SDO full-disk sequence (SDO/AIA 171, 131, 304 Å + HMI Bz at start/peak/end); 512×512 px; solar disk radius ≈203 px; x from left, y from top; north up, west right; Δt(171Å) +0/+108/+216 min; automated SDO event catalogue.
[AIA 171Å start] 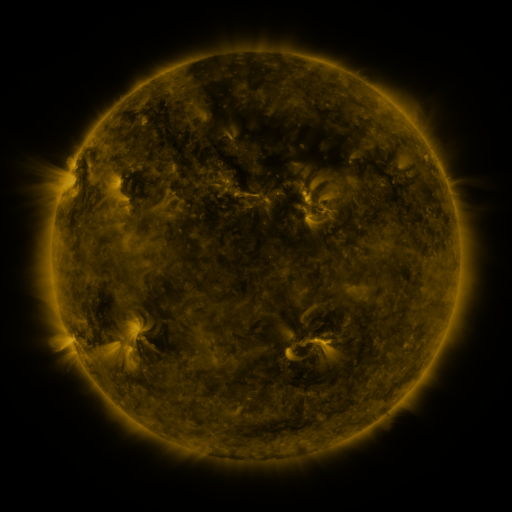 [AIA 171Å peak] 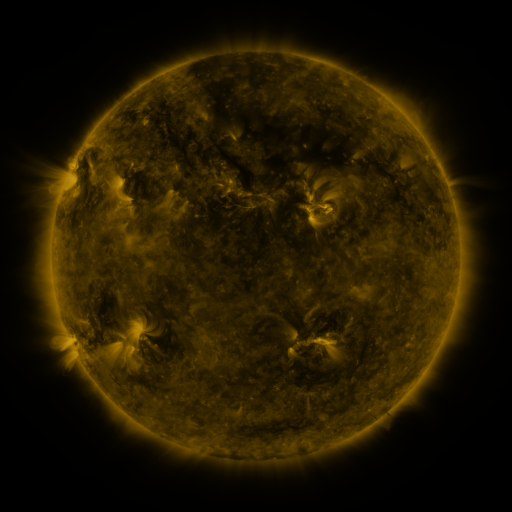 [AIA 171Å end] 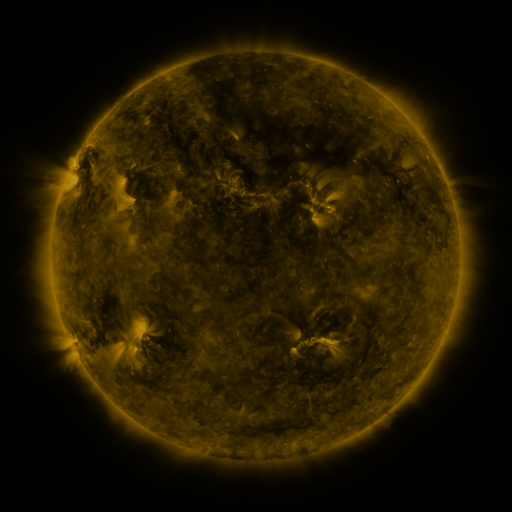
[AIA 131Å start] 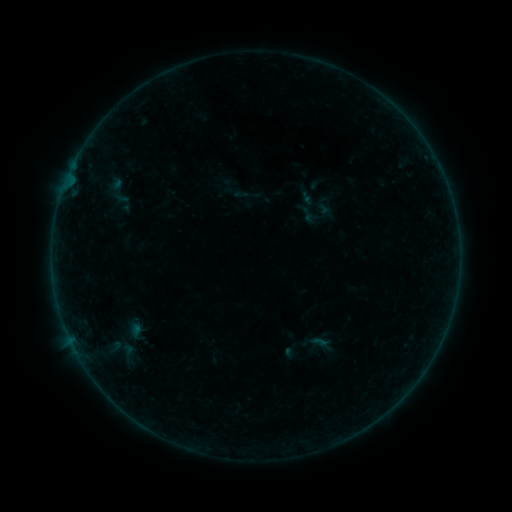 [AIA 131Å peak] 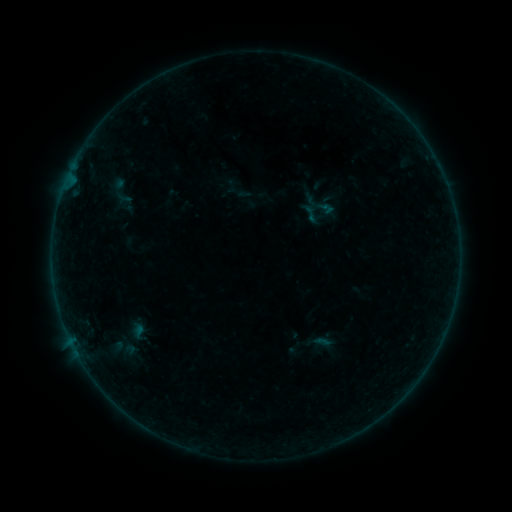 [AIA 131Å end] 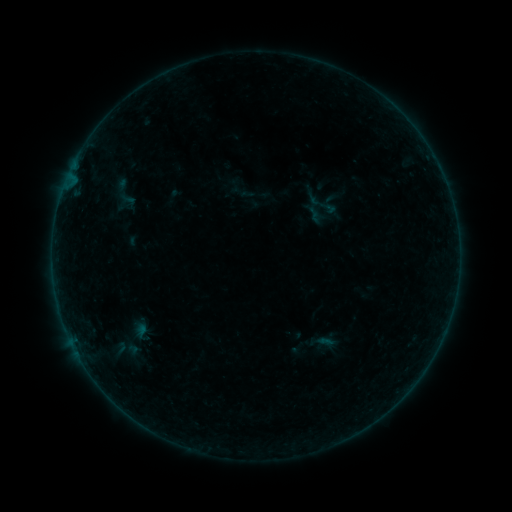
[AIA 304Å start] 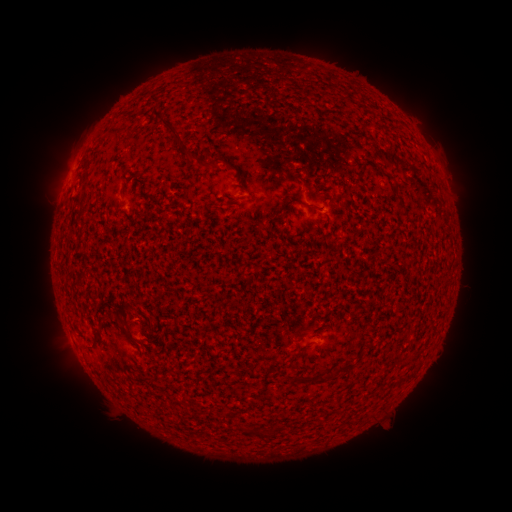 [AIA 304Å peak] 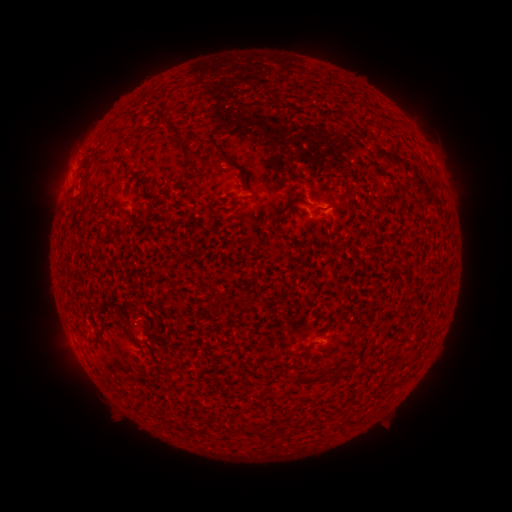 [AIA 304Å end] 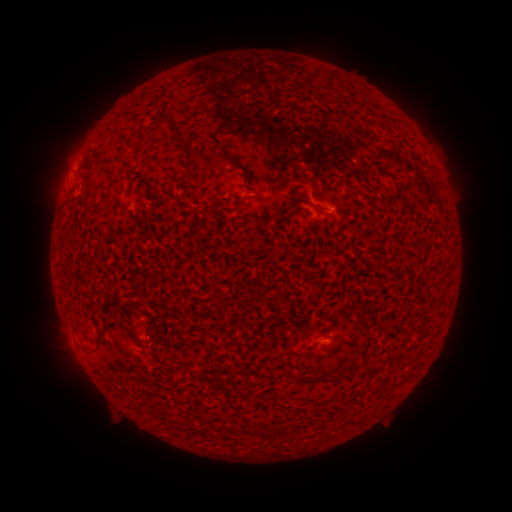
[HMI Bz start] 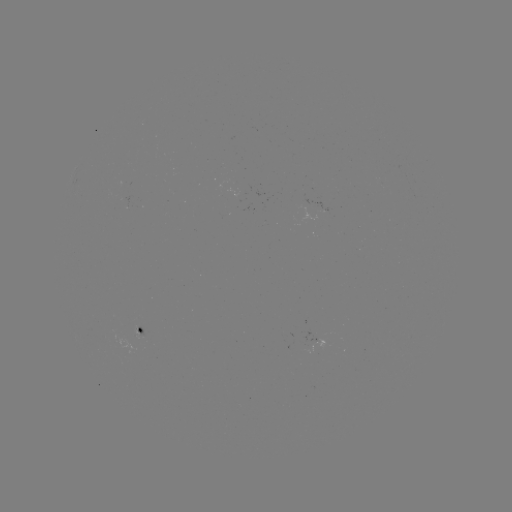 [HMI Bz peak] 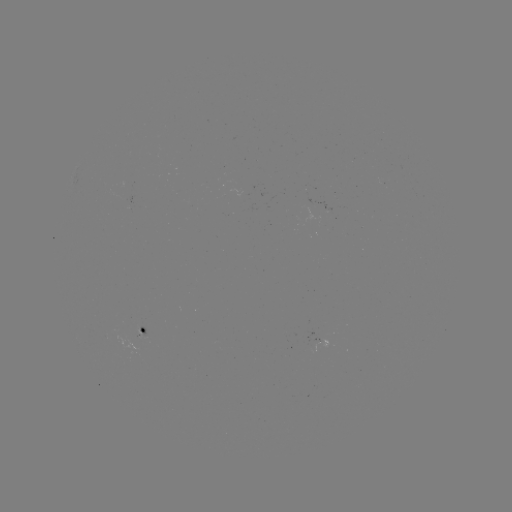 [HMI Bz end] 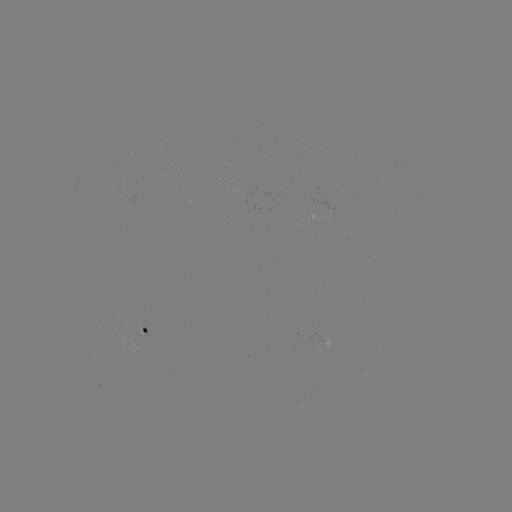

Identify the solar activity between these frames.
filament eruption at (320, 206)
